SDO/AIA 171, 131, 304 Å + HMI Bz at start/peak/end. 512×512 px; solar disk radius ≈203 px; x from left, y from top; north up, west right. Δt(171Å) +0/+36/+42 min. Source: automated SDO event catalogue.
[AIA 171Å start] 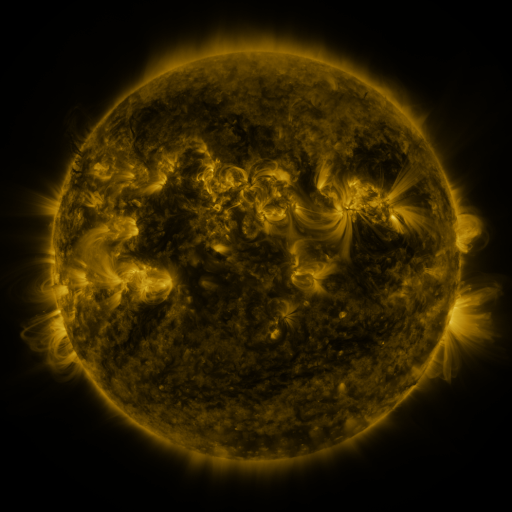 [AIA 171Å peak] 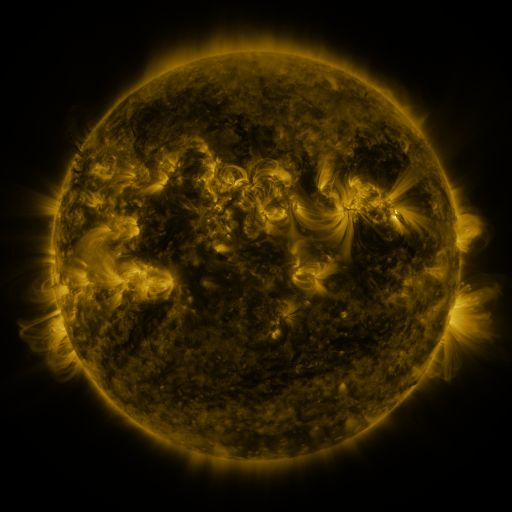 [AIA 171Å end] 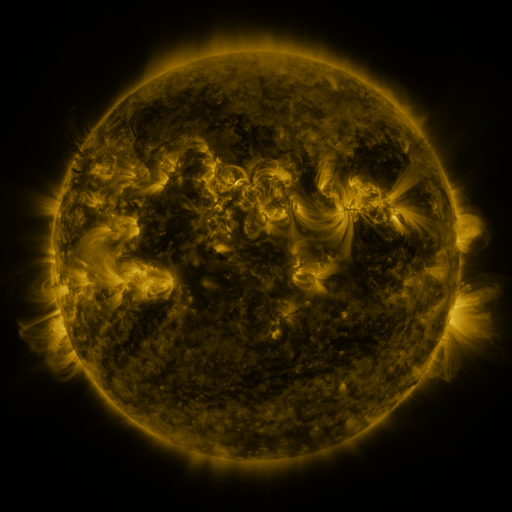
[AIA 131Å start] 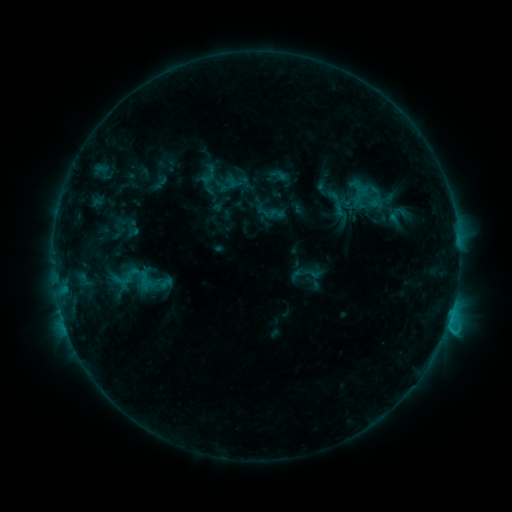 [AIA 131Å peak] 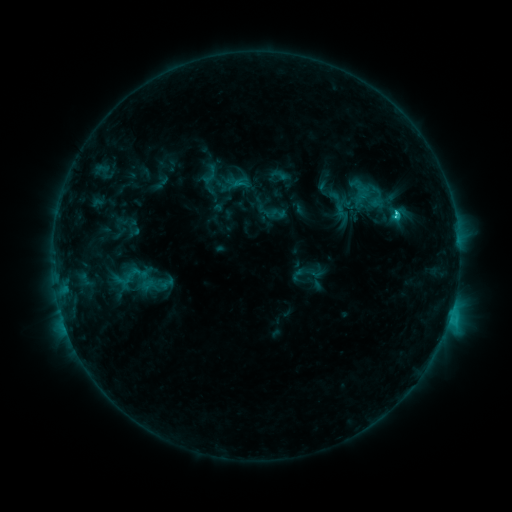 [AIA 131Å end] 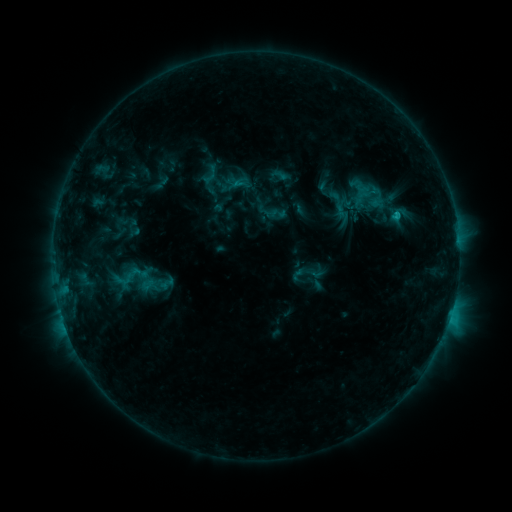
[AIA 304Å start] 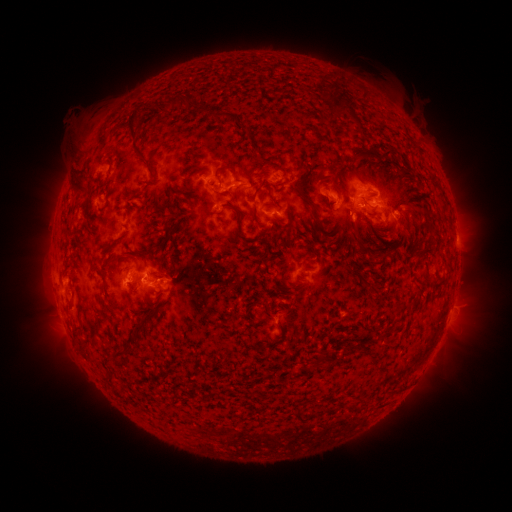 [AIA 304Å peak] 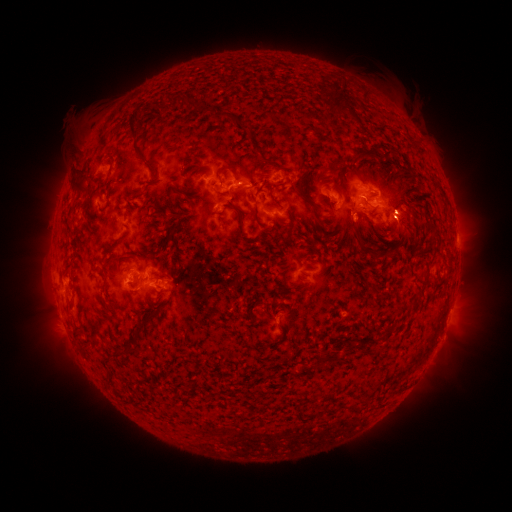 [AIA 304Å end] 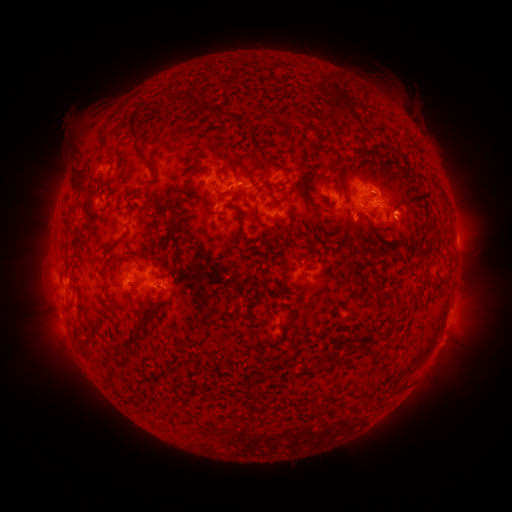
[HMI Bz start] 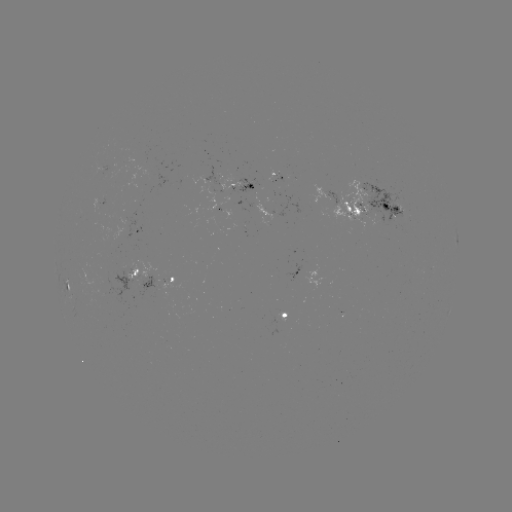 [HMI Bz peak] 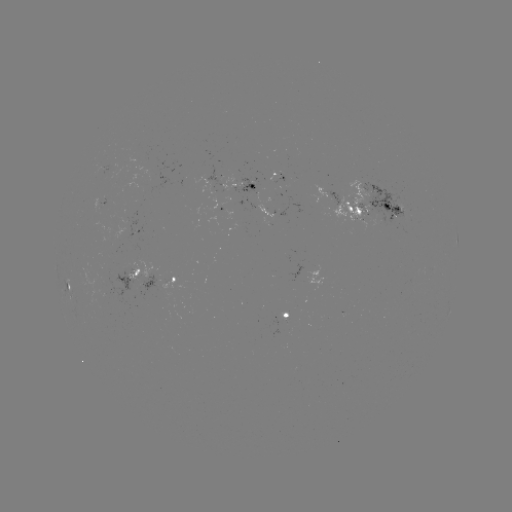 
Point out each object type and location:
C2.5 flare: (395, 213)
